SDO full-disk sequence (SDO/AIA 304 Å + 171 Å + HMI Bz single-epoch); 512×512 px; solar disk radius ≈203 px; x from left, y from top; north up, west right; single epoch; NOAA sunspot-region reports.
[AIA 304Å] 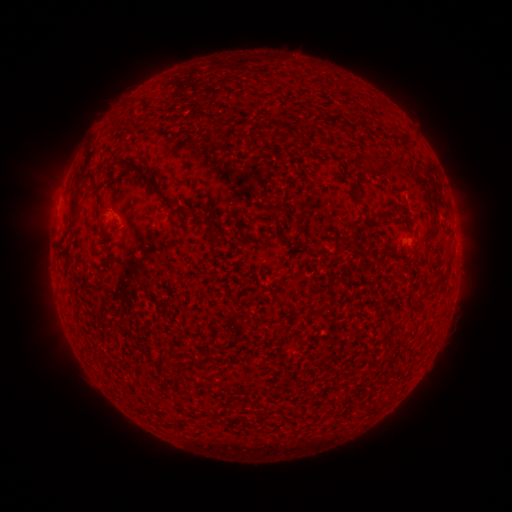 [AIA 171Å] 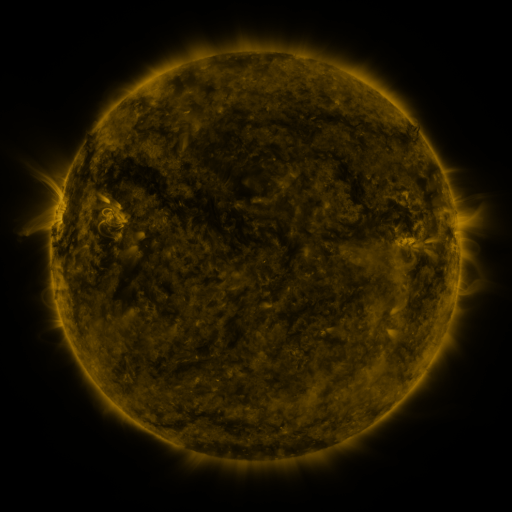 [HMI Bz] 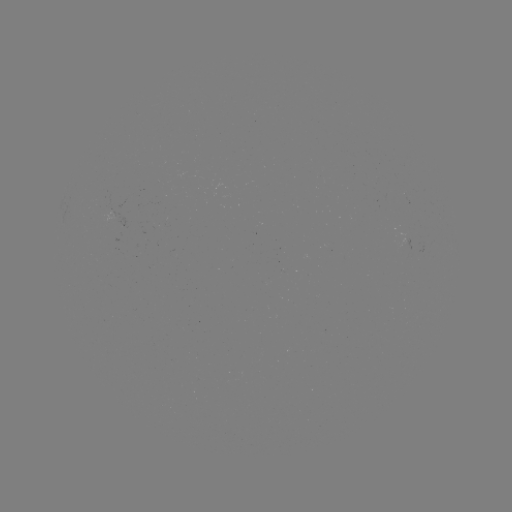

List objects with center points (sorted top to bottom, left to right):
(none)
